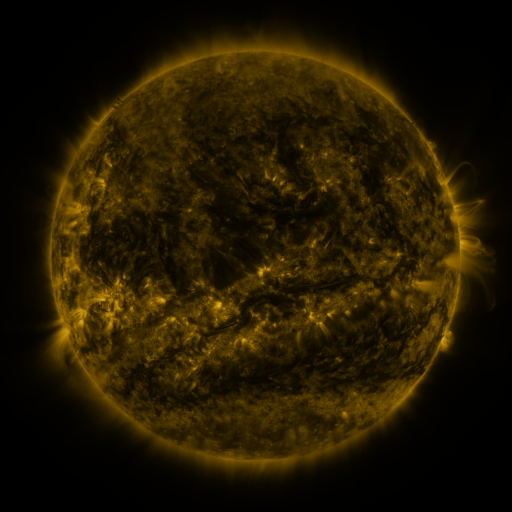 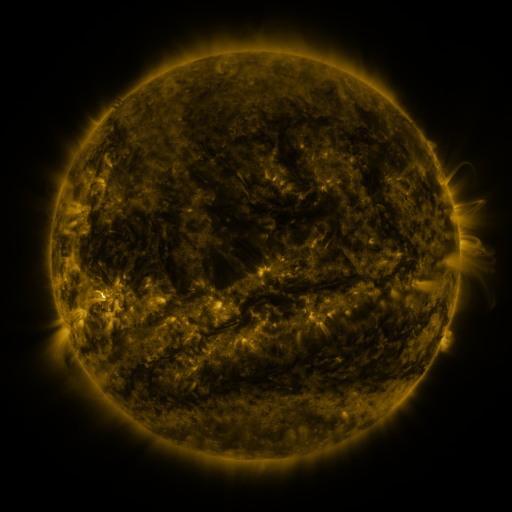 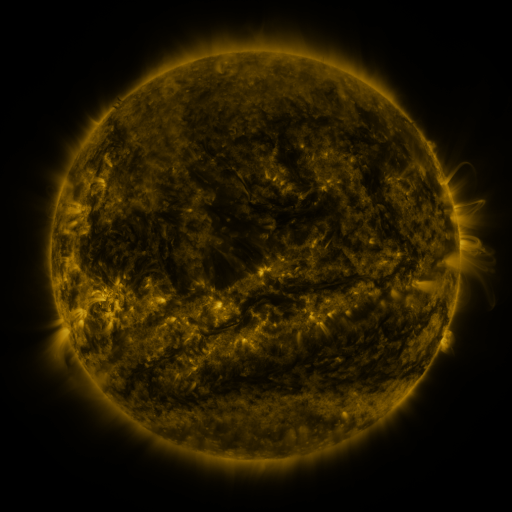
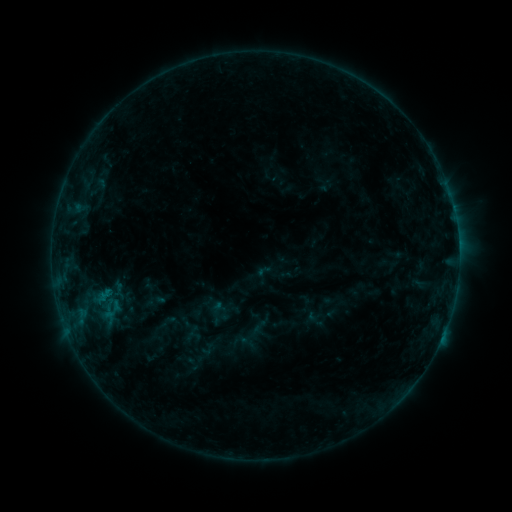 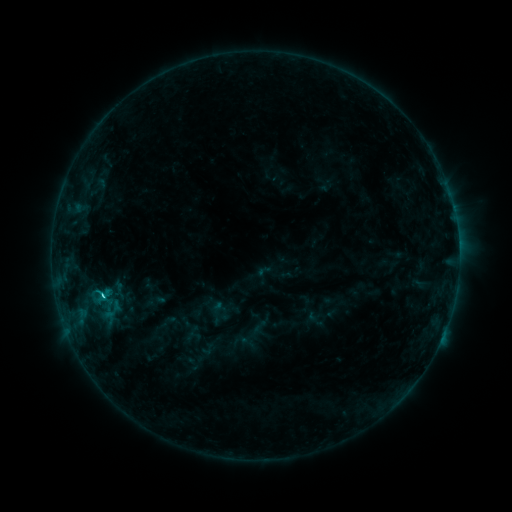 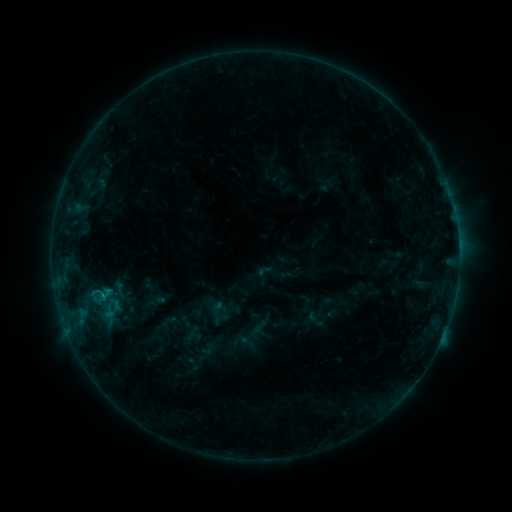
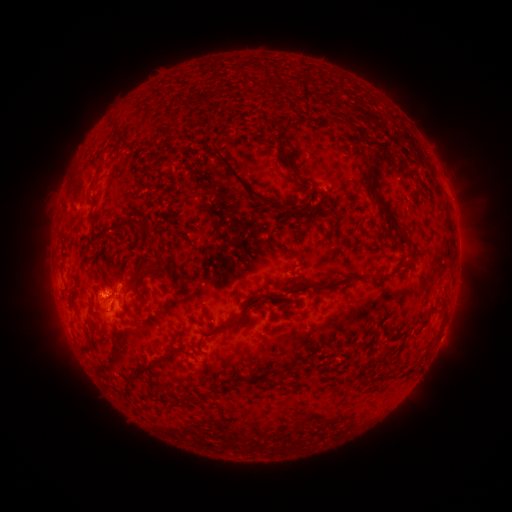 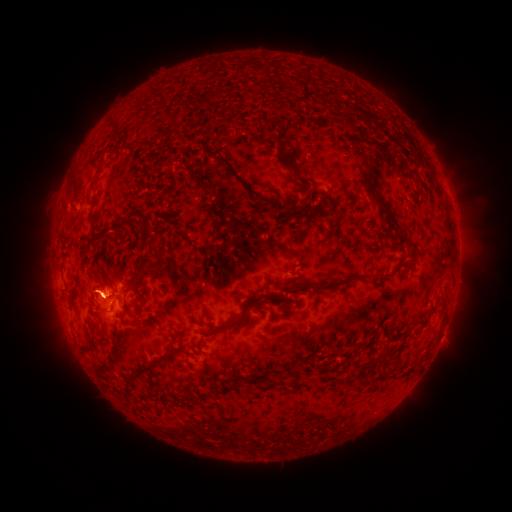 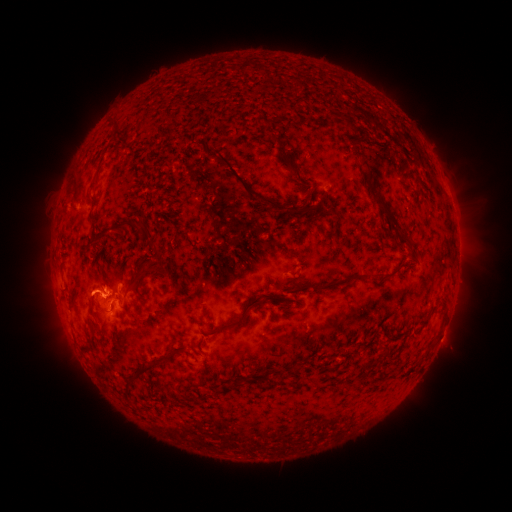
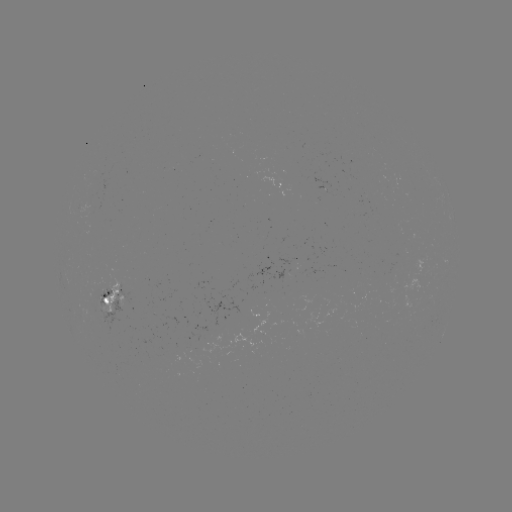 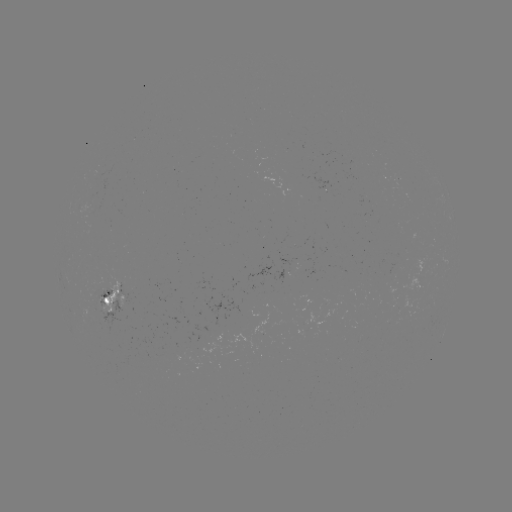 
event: eruption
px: (85, 293)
